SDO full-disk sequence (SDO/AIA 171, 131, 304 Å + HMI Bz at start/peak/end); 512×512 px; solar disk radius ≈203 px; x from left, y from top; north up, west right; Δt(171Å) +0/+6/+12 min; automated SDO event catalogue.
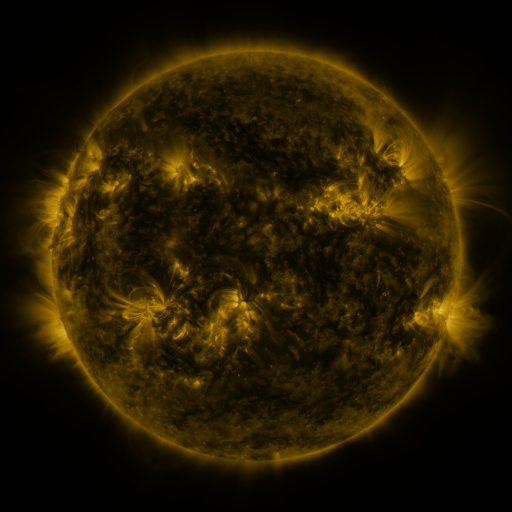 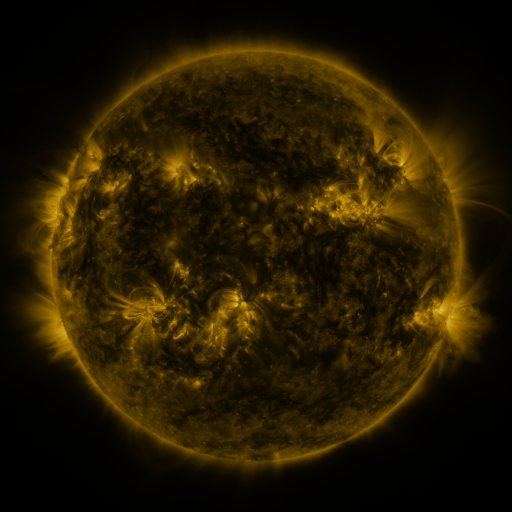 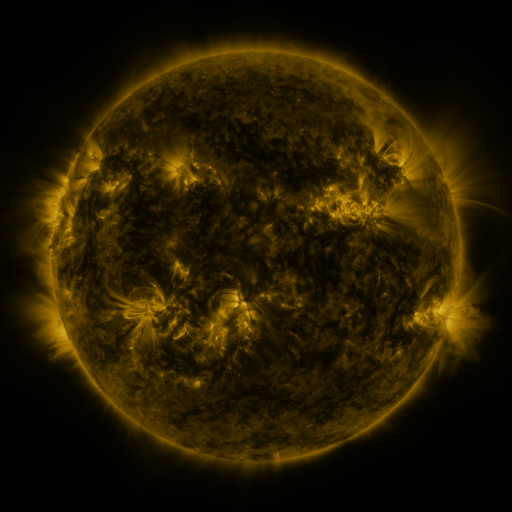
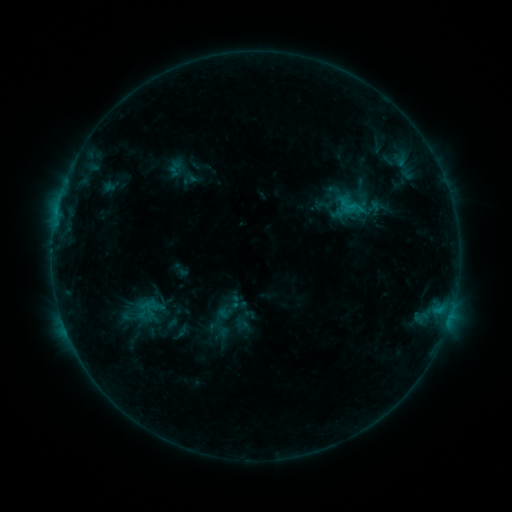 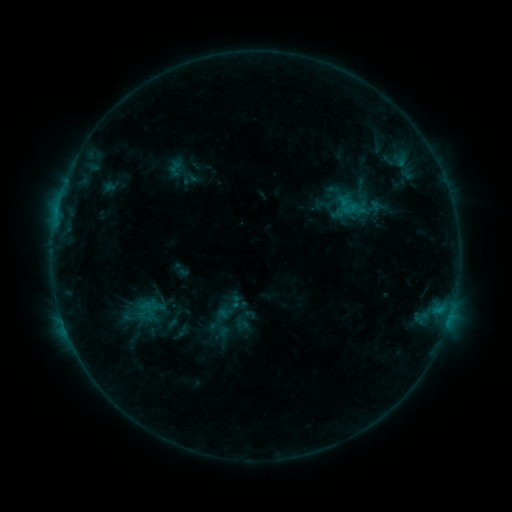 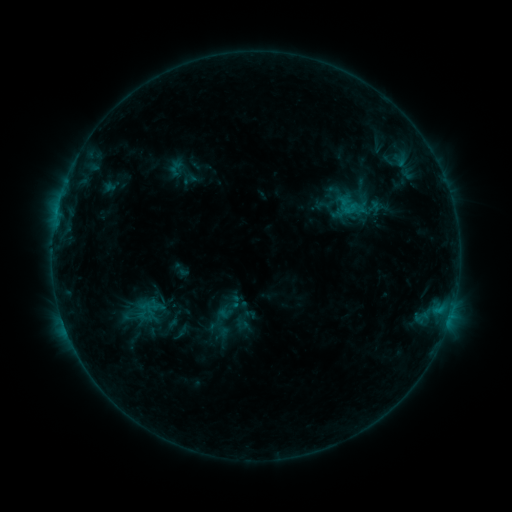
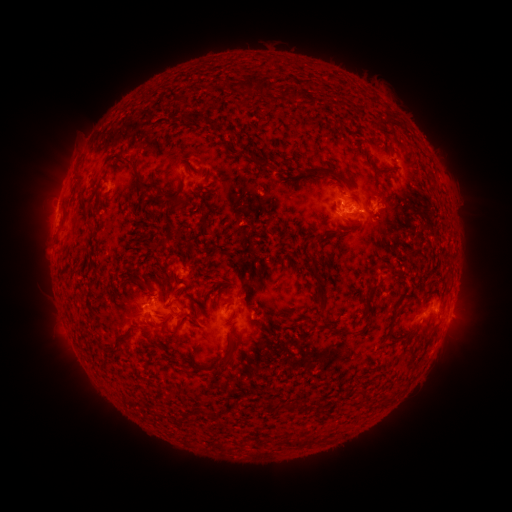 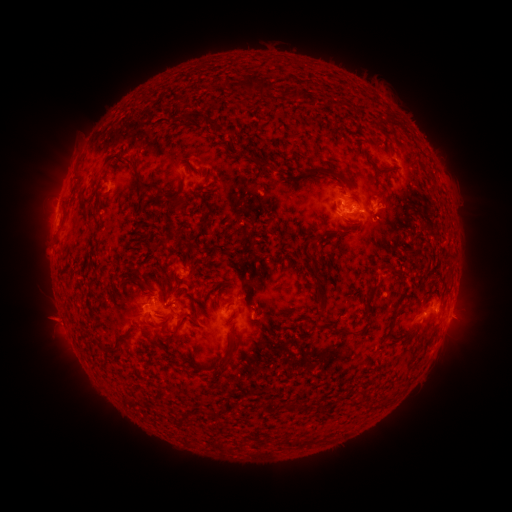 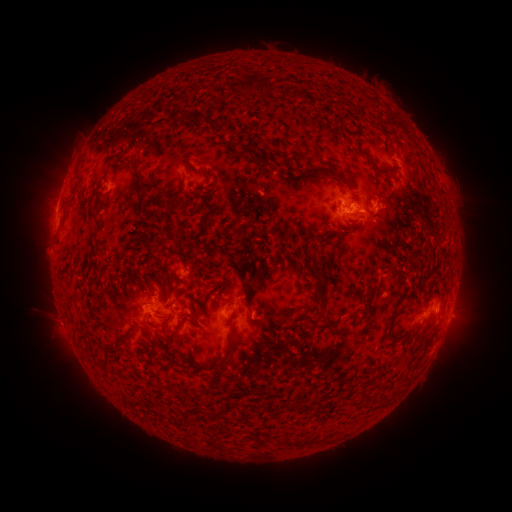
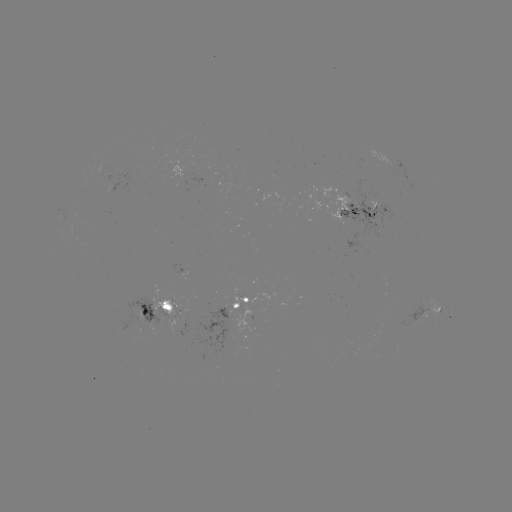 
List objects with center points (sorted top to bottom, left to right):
eruption: (54, 320)
